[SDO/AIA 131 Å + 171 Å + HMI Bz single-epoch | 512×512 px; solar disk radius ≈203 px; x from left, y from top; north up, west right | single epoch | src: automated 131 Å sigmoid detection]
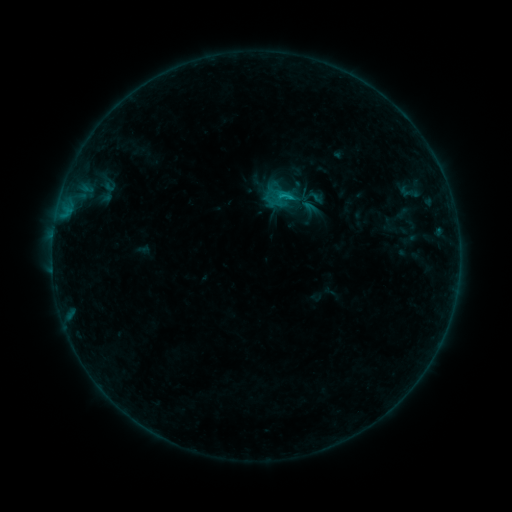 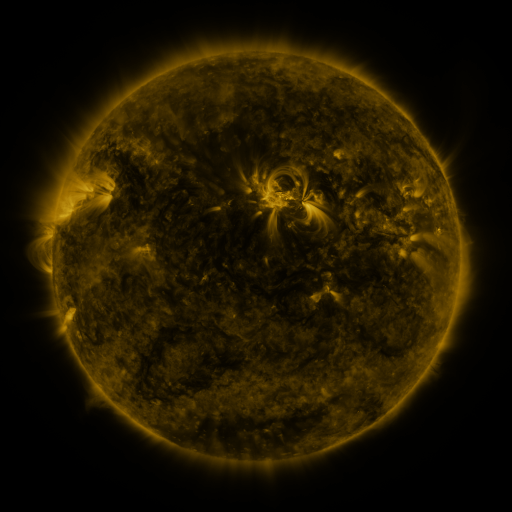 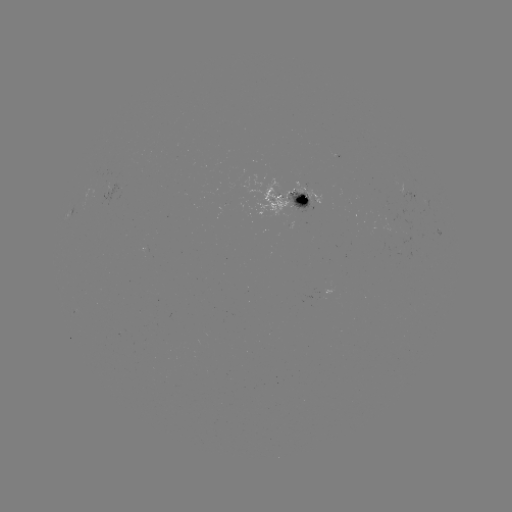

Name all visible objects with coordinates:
sigmoid: [101, 178, 117, 193]
